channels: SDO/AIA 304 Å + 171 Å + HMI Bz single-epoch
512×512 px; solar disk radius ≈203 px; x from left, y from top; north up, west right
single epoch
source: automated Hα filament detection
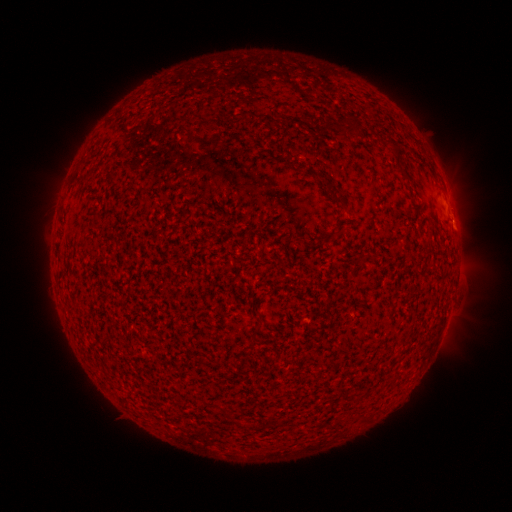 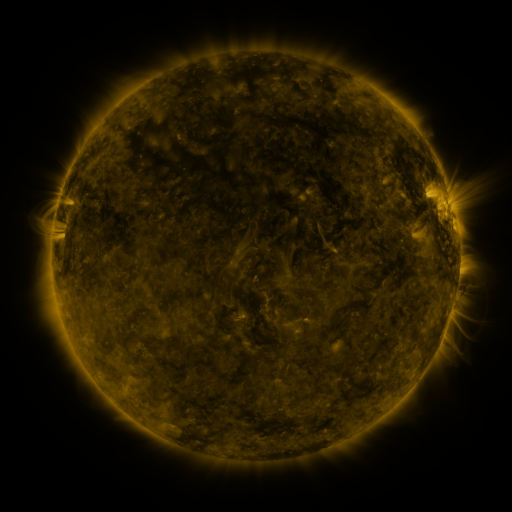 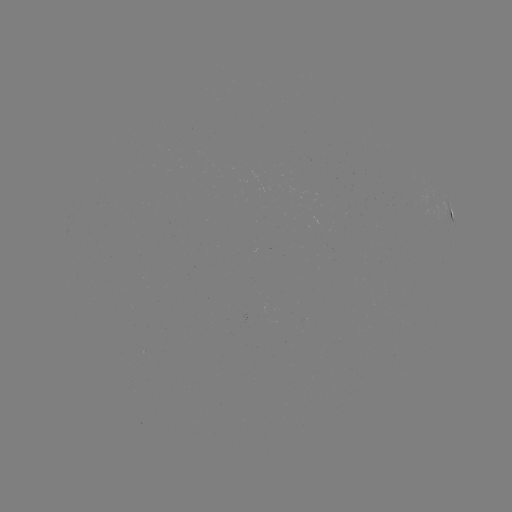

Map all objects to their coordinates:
filament: (195, 108, 206, 116)
filament: (333, 115, 344, 124)
filament: (317, 121, 328, 130)
filament: (380, 139, 392, 152)
filament: (275, 154, 288, 162)
filament: (393, 164, 407, 180)
filament: (326, 192, 341, 205)
filament: (330, 228, 340, 237)
filament: (254, 311, 262, 322)
